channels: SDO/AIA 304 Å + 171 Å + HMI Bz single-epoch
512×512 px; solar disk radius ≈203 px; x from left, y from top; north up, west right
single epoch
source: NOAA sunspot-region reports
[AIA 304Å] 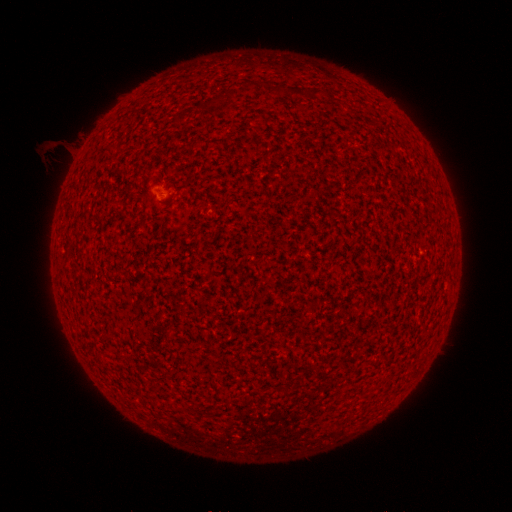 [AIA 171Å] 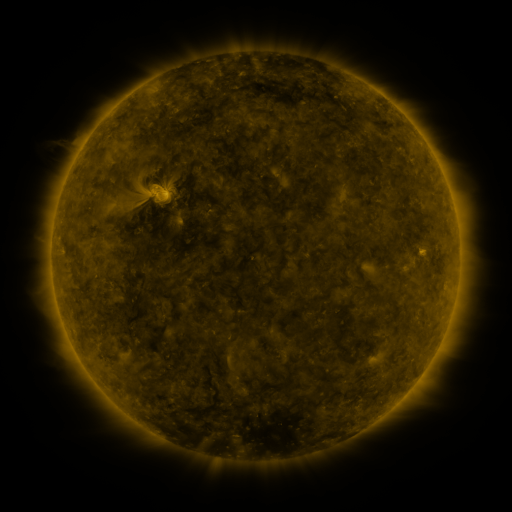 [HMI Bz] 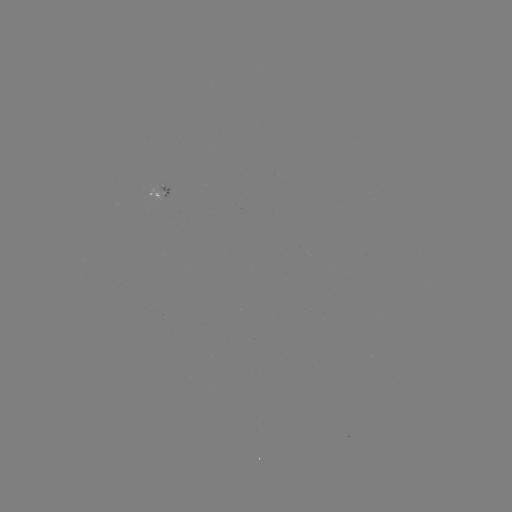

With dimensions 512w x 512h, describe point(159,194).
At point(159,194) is spotted active region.